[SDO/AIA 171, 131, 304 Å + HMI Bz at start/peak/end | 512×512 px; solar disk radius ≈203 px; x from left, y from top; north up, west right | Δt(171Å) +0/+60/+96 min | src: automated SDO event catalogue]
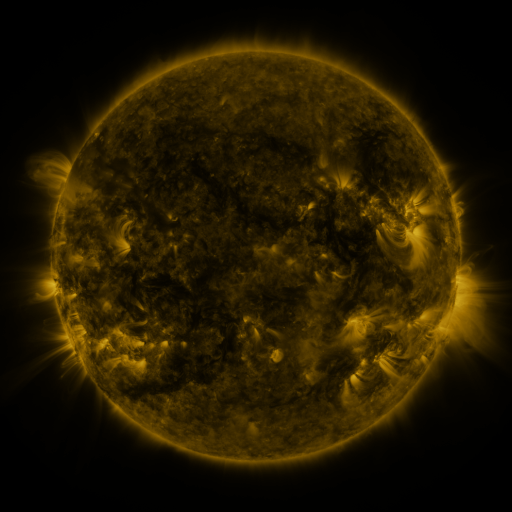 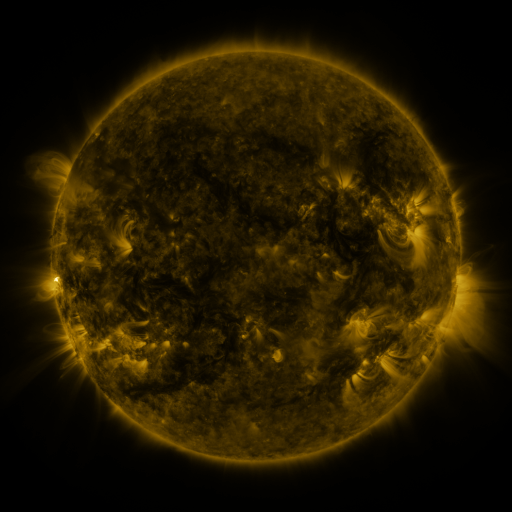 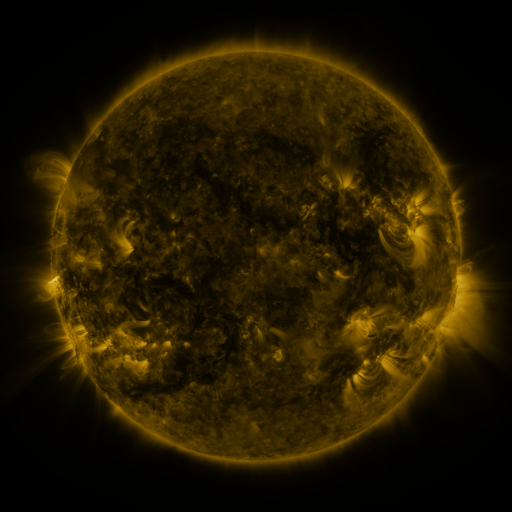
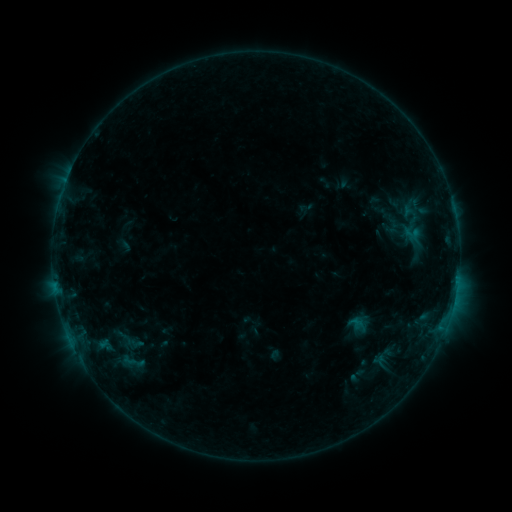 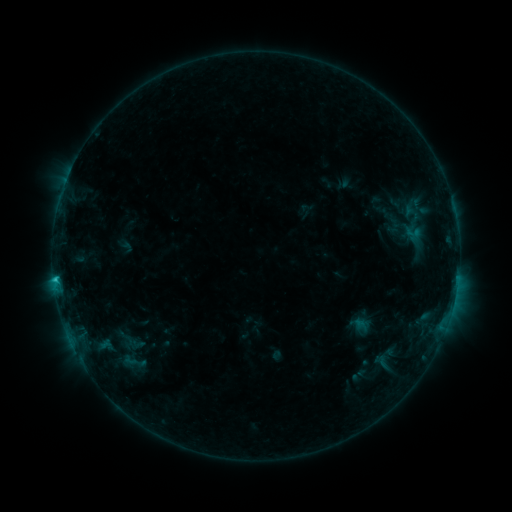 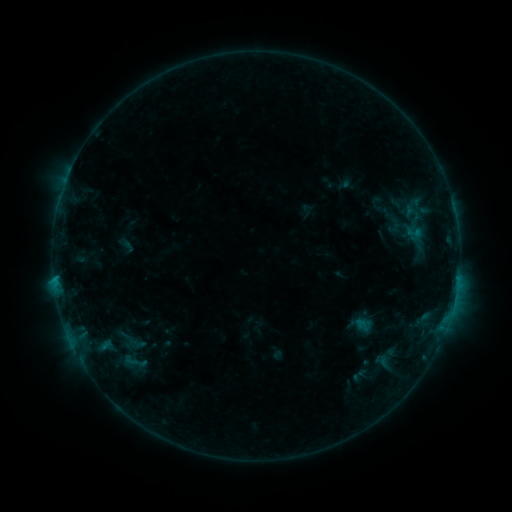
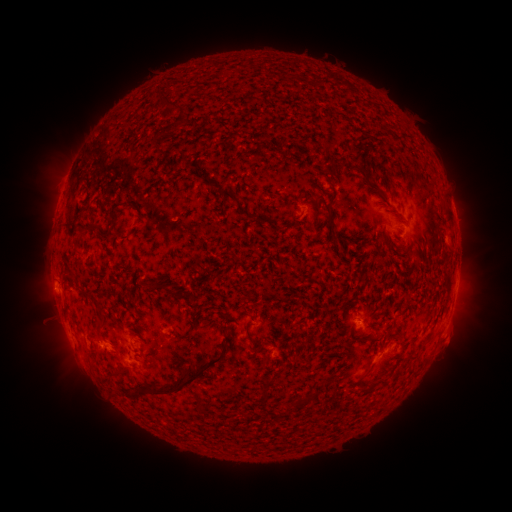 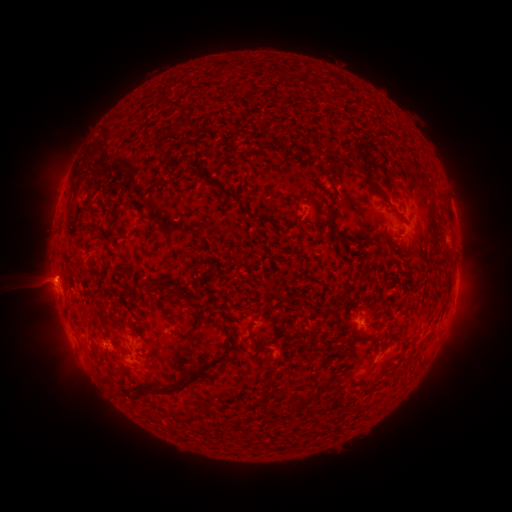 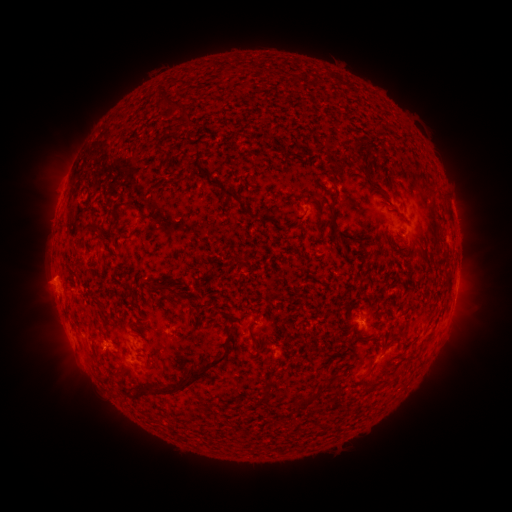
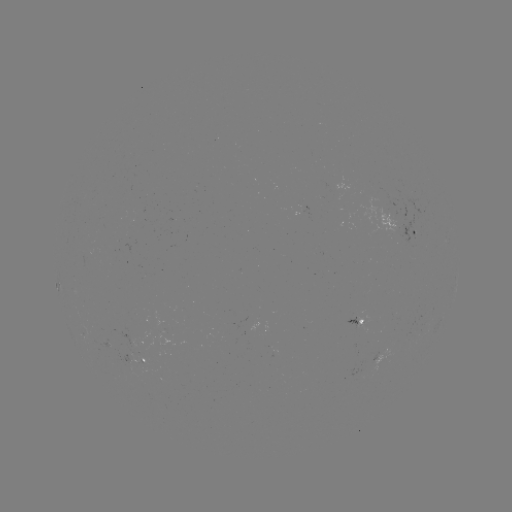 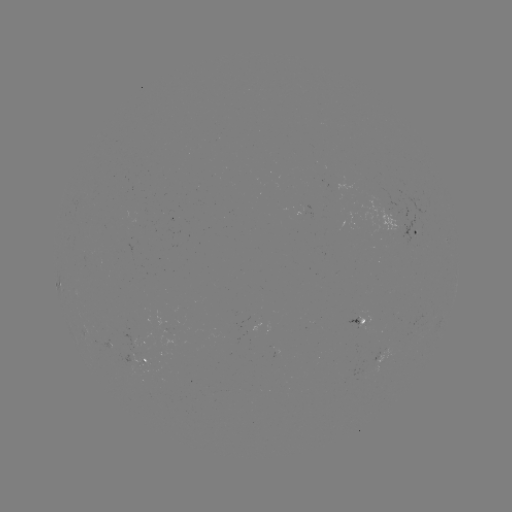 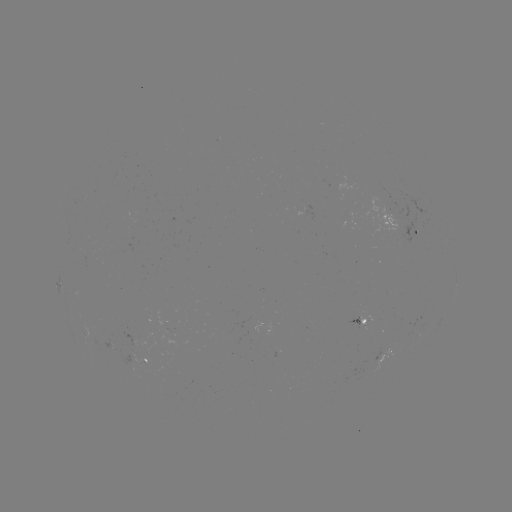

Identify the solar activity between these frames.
emerging-flux region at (394, 213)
